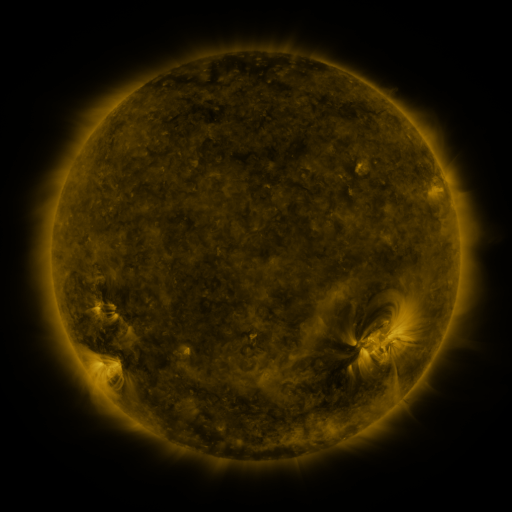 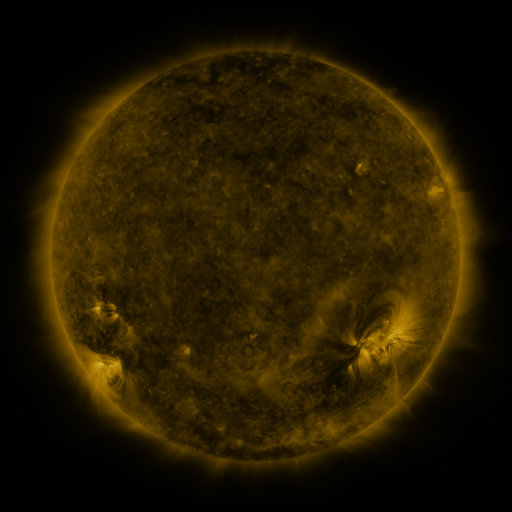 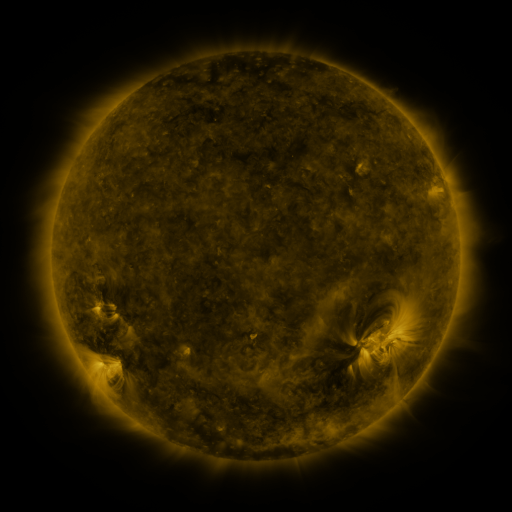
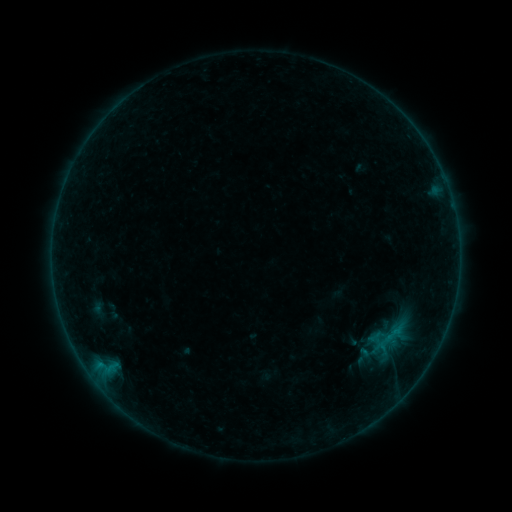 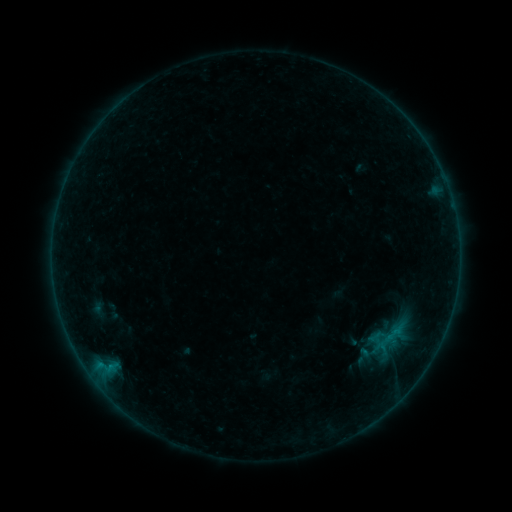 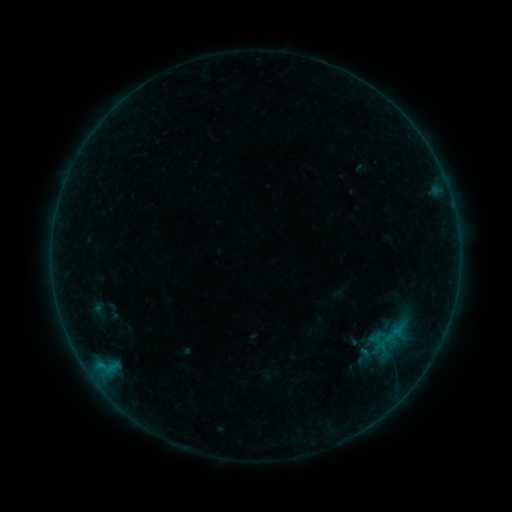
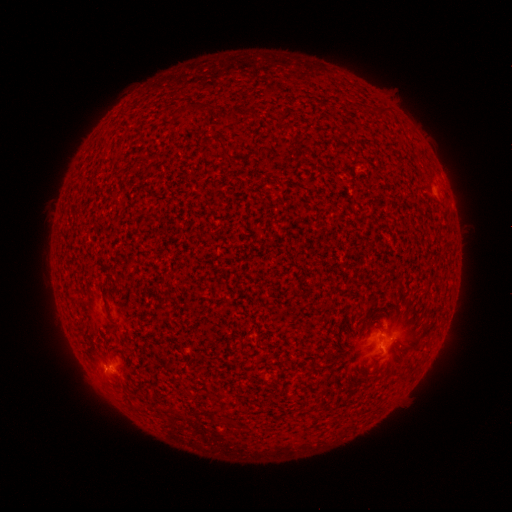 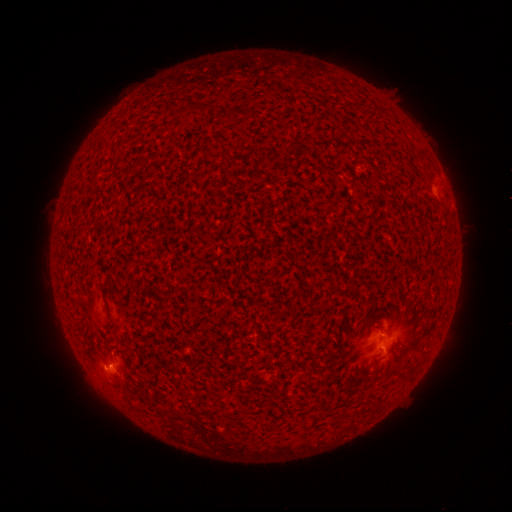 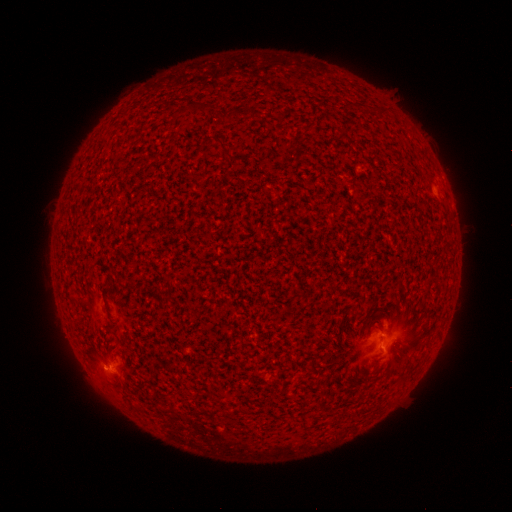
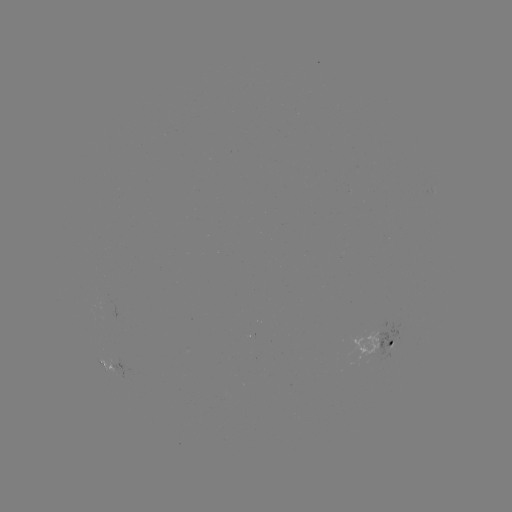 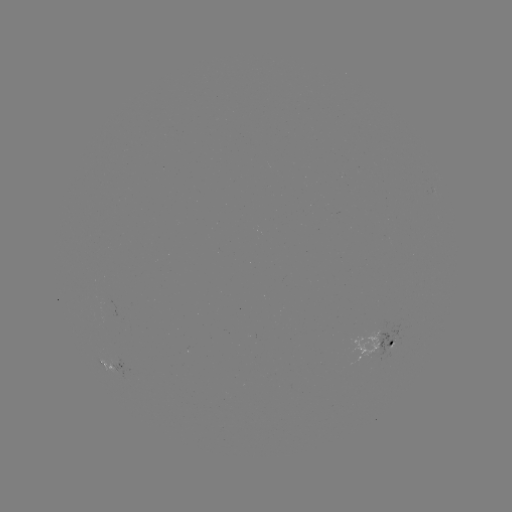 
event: flare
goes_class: B2.1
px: (111, 365)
